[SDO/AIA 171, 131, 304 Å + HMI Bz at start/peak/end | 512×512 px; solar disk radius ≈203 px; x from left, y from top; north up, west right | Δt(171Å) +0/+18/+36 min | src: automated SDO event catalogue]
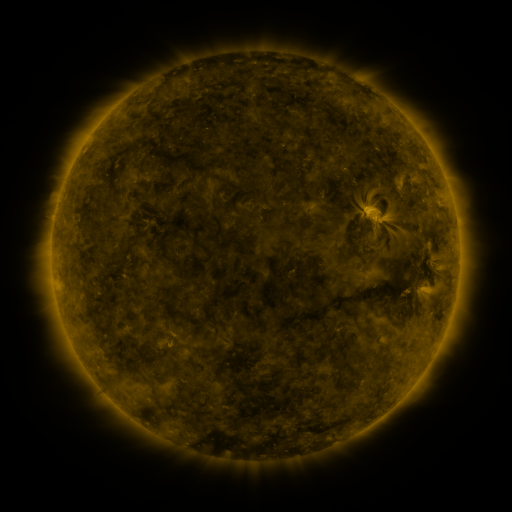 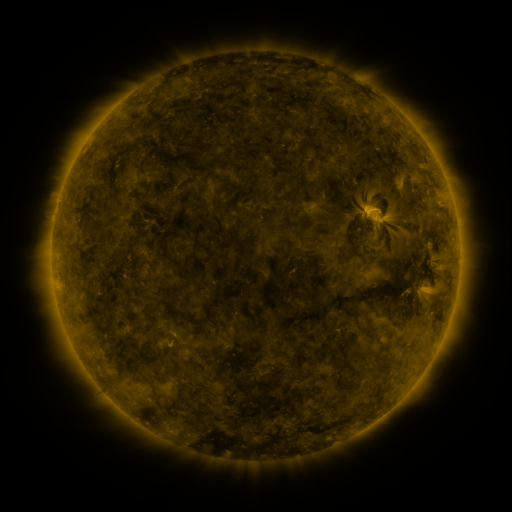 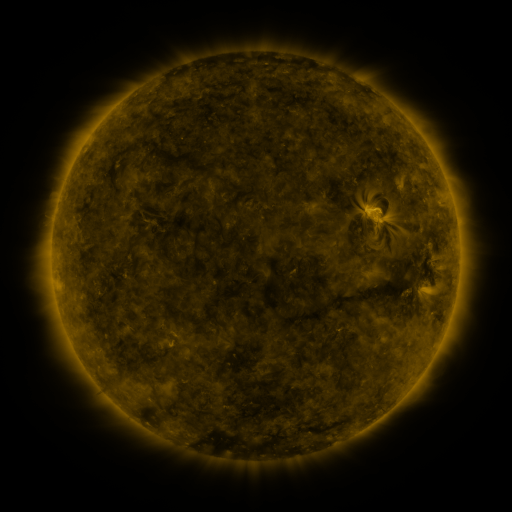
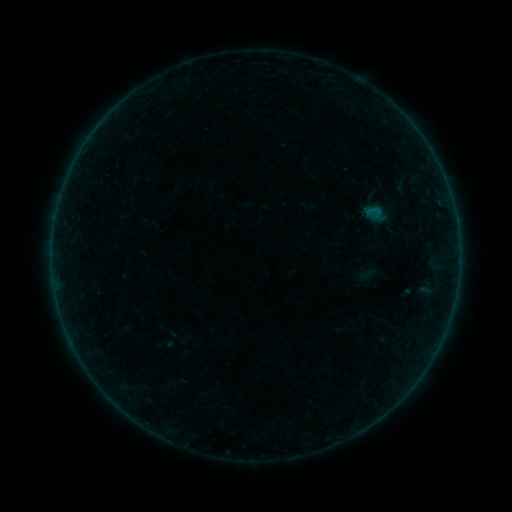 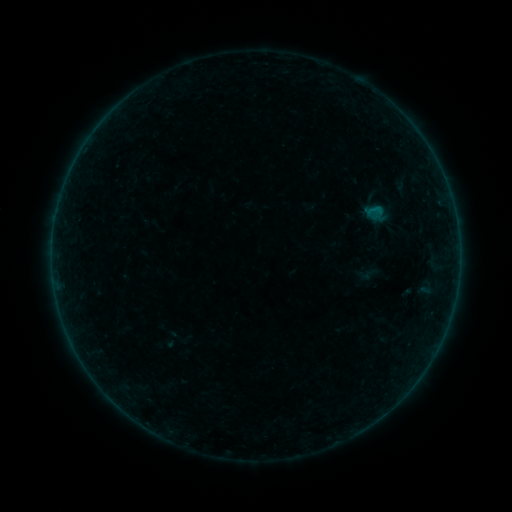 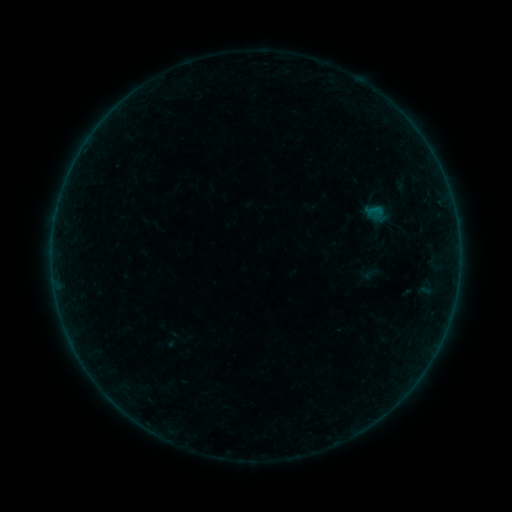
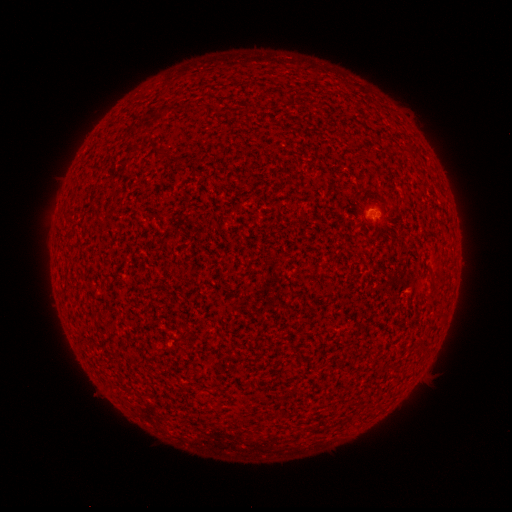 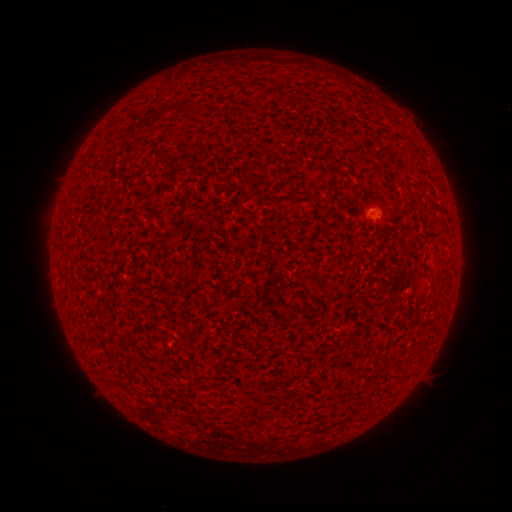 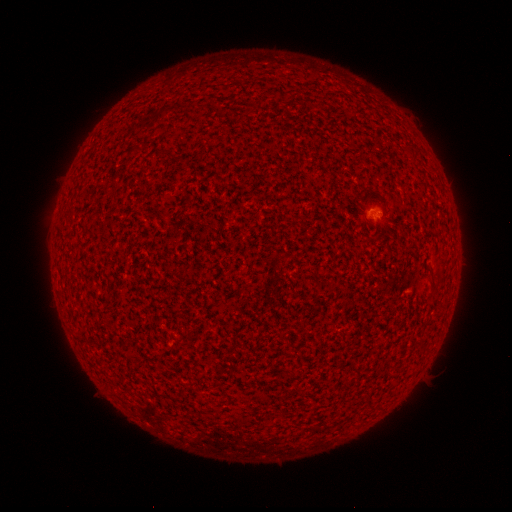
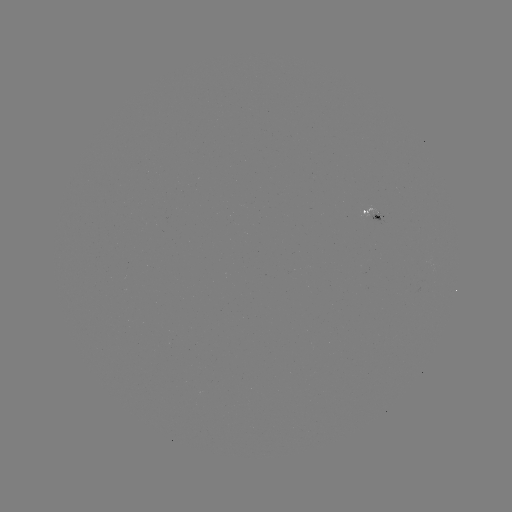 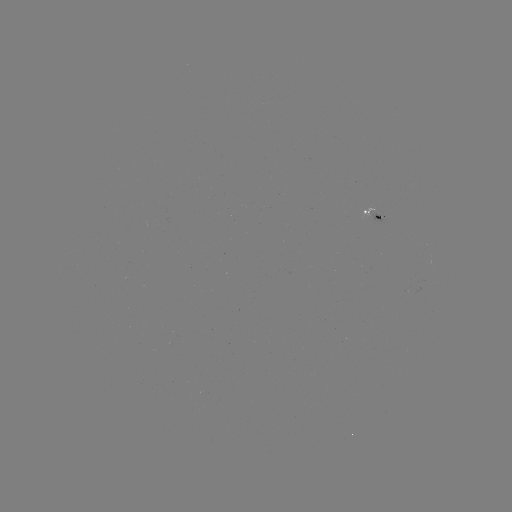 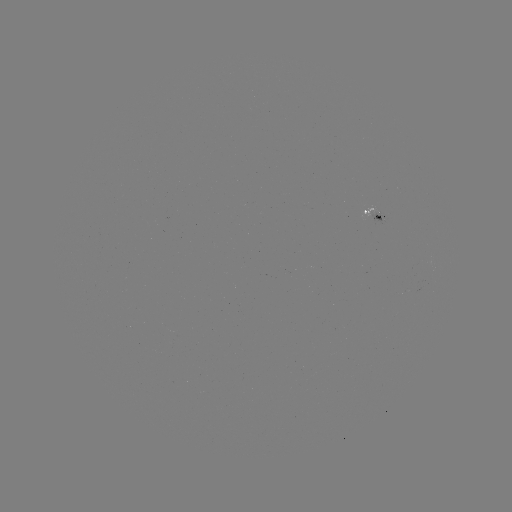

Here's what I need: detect B1.2 flare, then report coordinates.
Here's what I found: B1.2 flare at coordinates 376,208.